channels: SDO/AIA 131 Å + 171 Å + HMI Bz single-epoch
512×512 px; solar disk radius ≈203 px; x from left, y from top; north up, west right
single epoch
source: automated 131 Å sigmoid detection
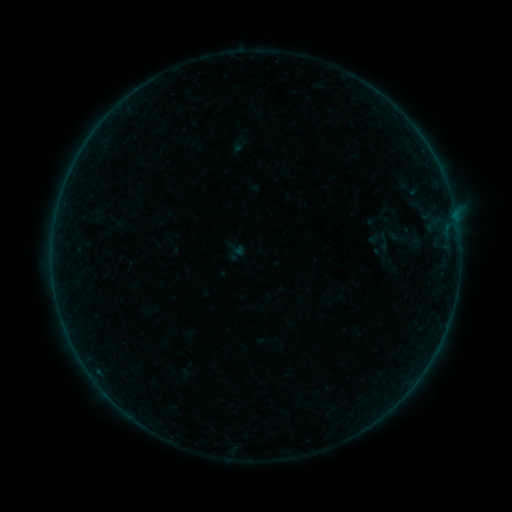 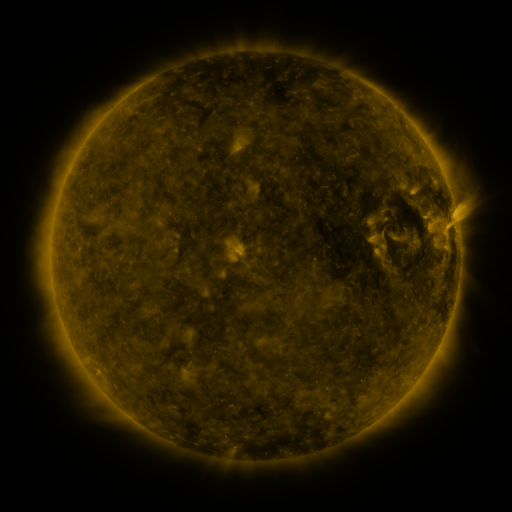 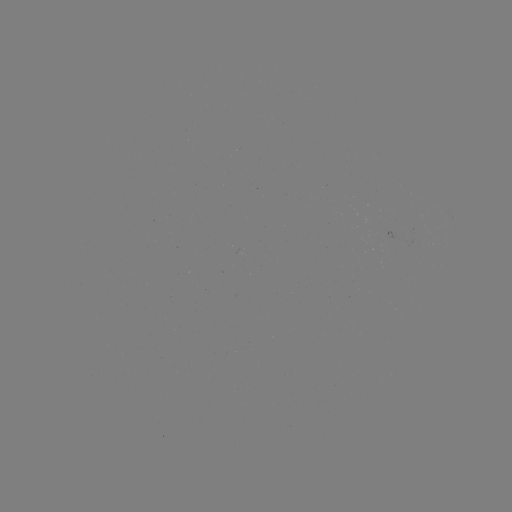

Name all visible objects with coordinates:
sigmoid: <bbox>386, 226, 413, 249</bbox>
